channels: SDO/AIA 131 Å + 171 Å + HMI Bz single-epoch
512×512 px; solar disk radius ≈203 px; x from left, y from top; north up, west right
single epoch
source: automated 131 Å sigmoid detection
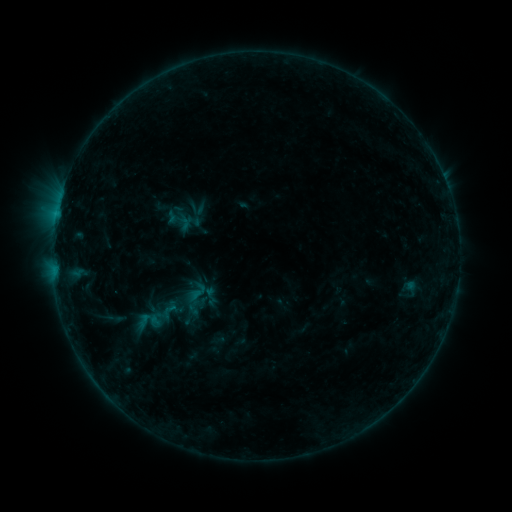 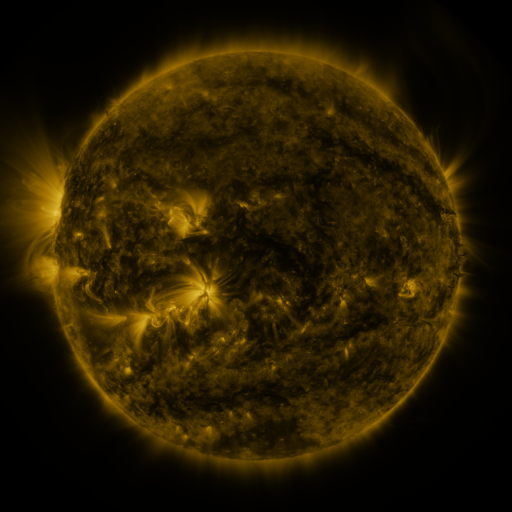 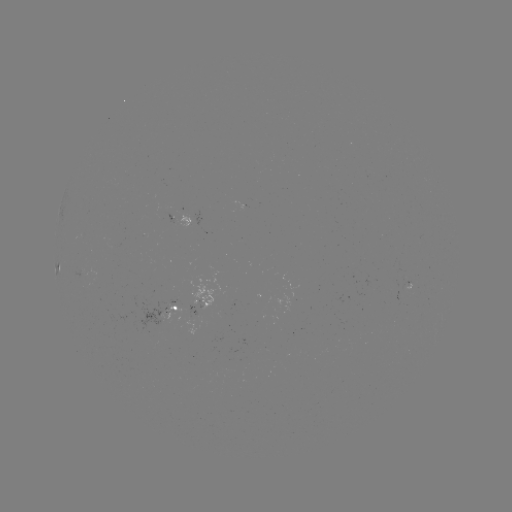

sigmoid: (143, 308, 173, 331)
